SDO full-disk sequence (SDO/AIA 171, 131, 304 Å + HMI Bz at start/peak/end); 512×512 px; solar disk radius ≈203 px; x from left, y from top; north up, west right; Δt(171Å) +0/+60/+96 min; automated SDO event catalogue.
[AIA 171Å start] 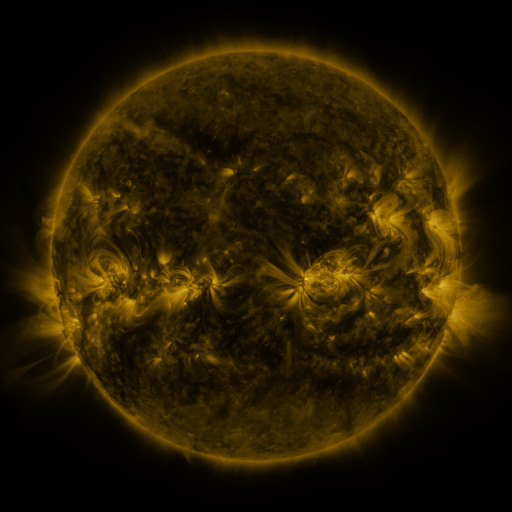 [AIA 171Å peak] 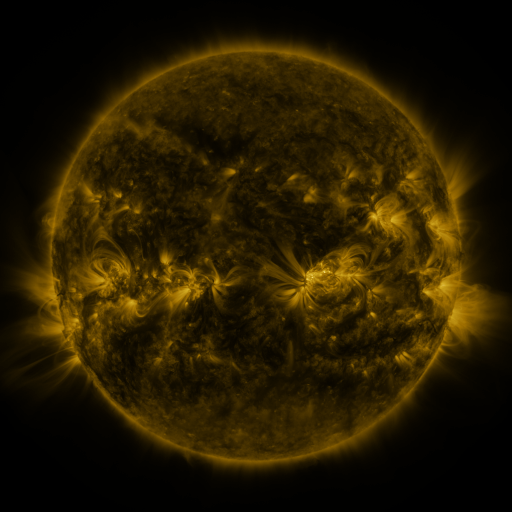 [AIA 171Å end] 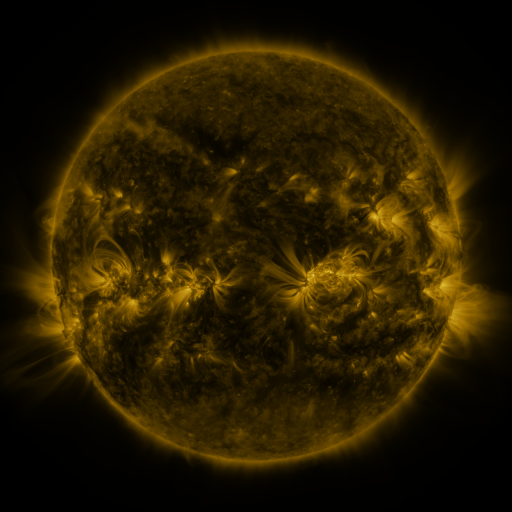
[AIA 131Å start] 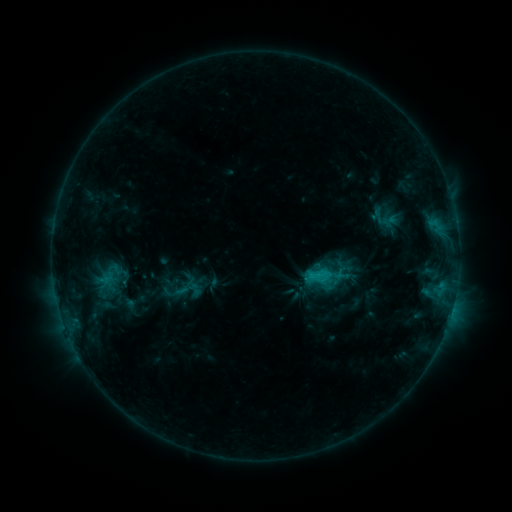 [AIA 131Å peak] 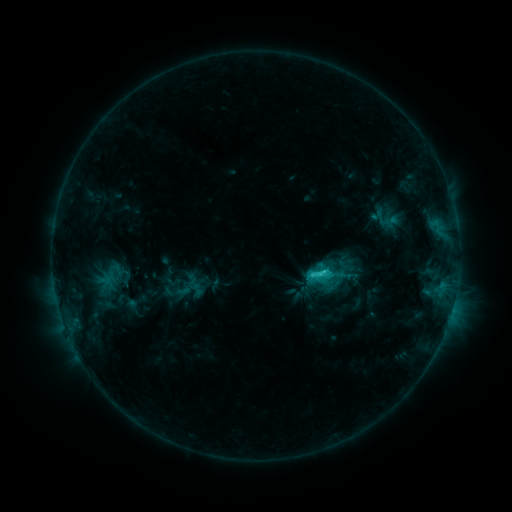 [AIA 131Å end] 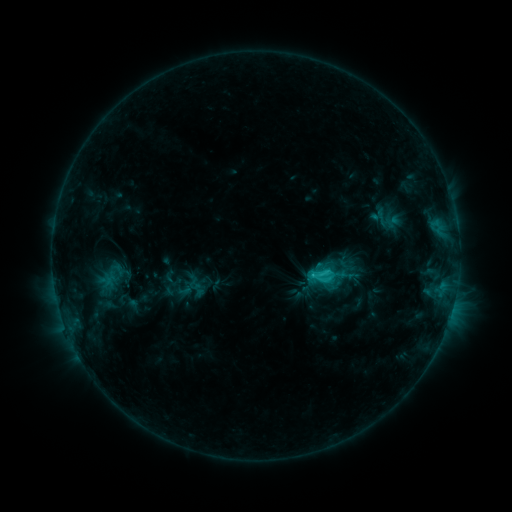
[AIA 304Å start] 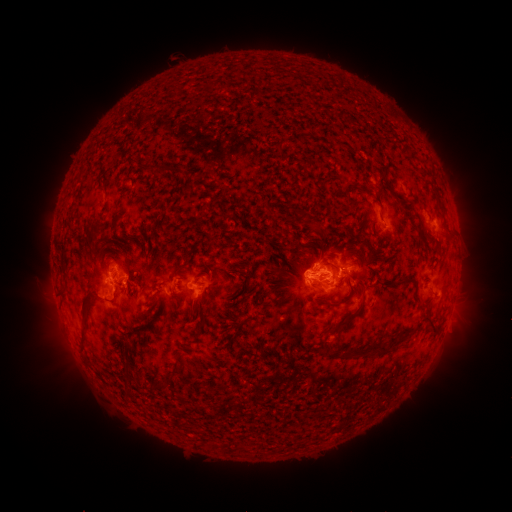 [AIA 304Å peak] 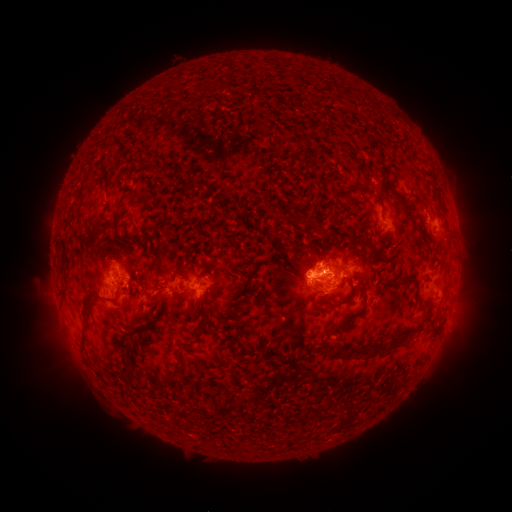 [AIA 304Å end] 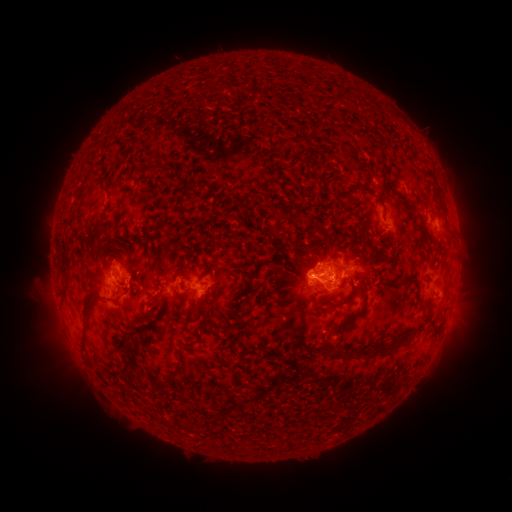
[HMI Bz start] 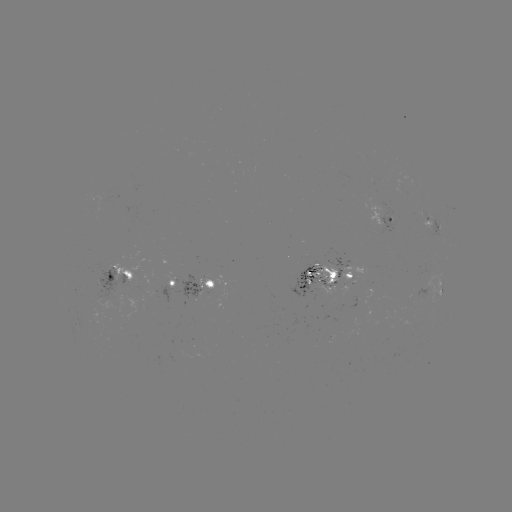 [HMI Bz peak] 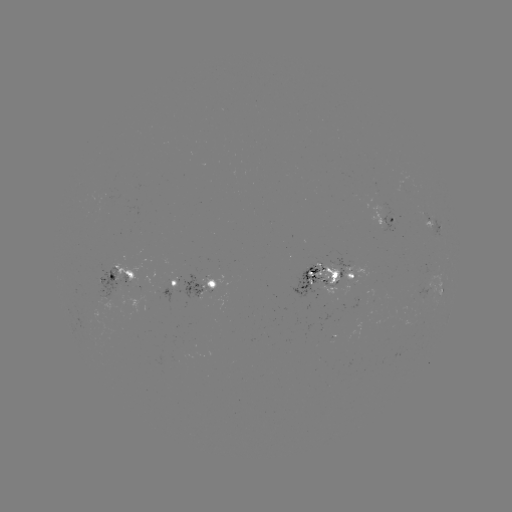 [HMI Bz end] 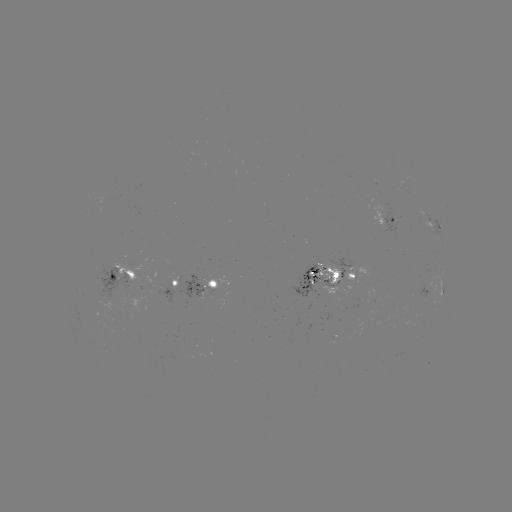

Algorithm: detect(emerging-flux region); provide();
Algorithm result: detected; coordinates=[118, 268]